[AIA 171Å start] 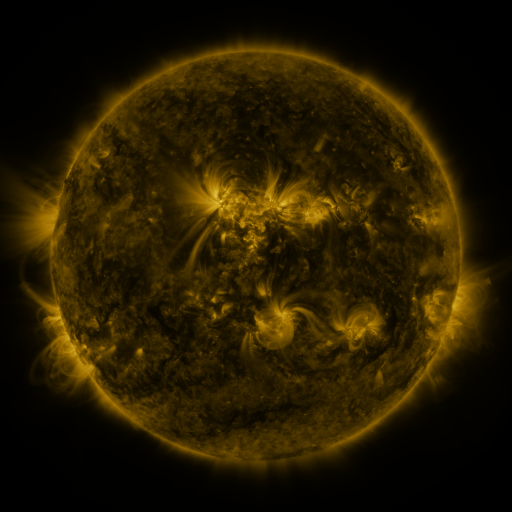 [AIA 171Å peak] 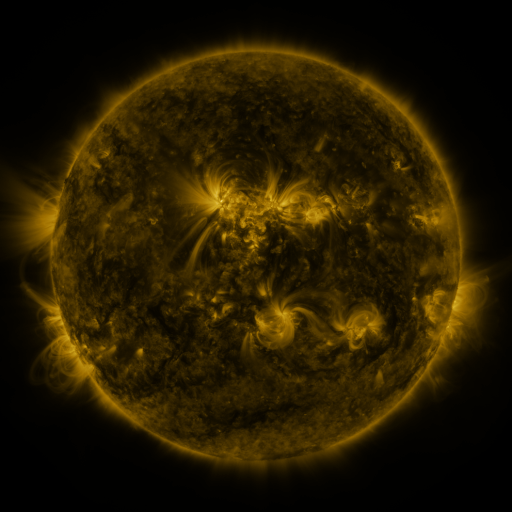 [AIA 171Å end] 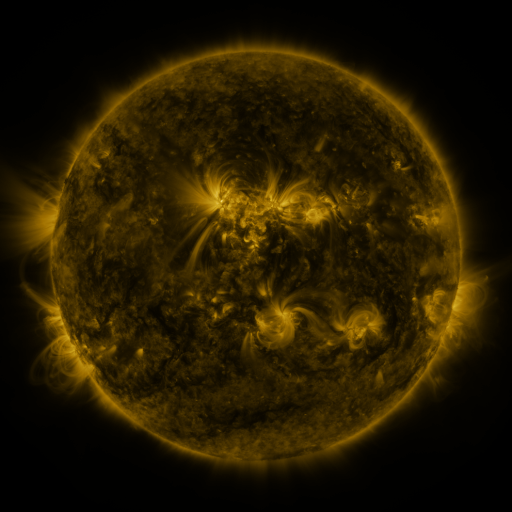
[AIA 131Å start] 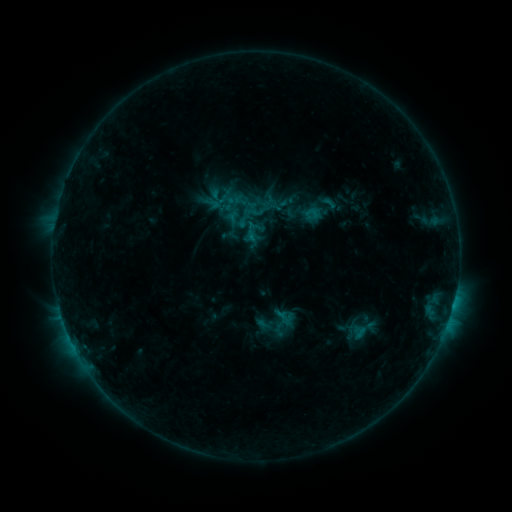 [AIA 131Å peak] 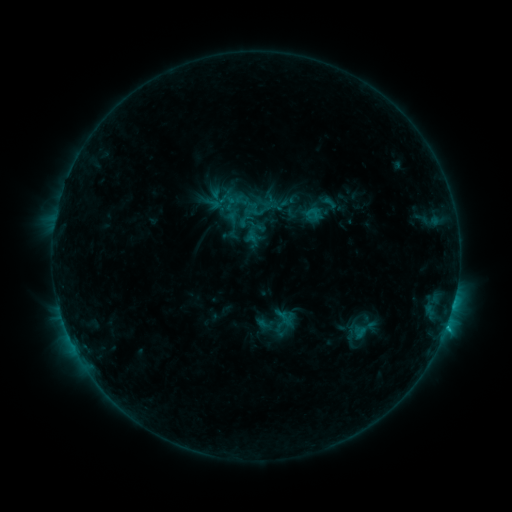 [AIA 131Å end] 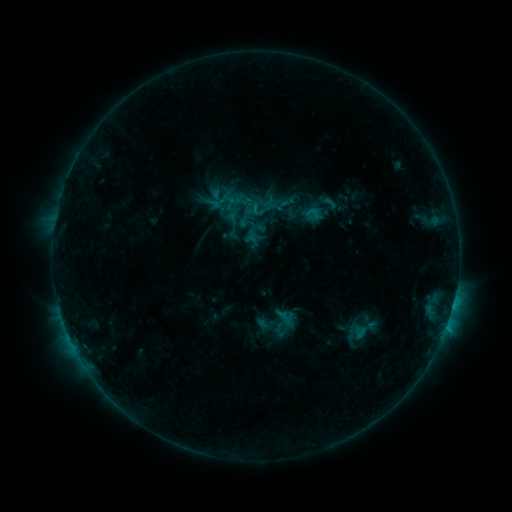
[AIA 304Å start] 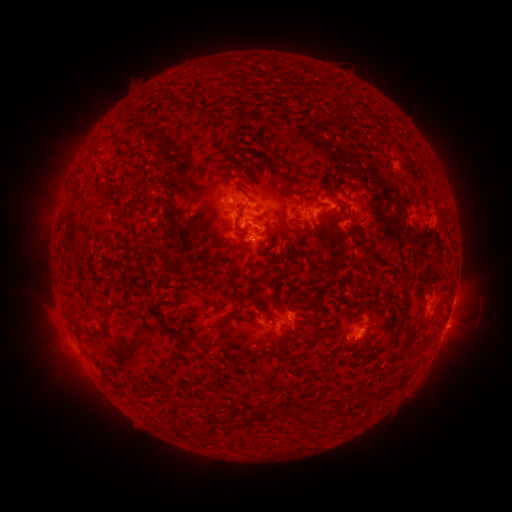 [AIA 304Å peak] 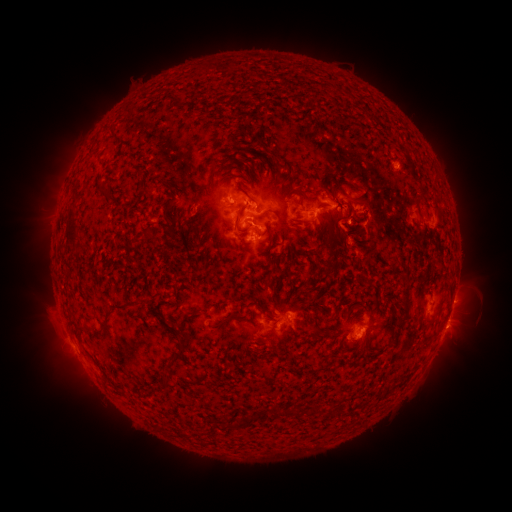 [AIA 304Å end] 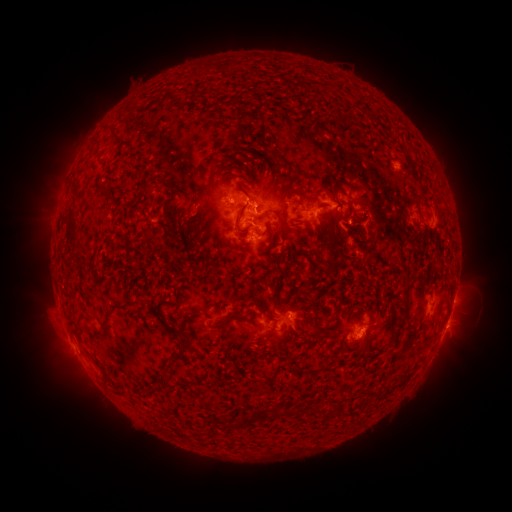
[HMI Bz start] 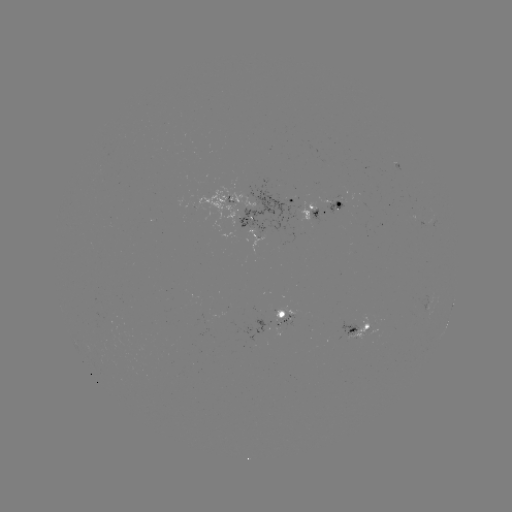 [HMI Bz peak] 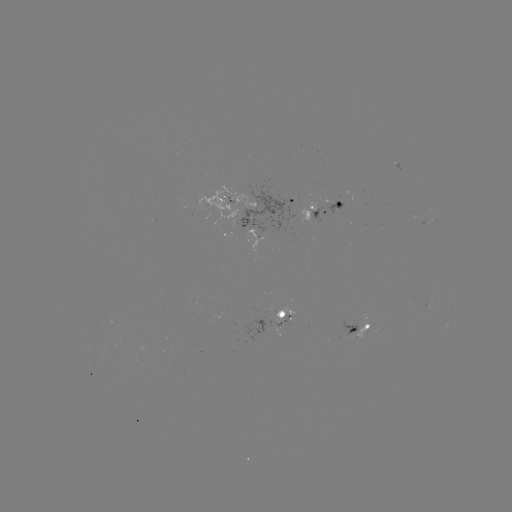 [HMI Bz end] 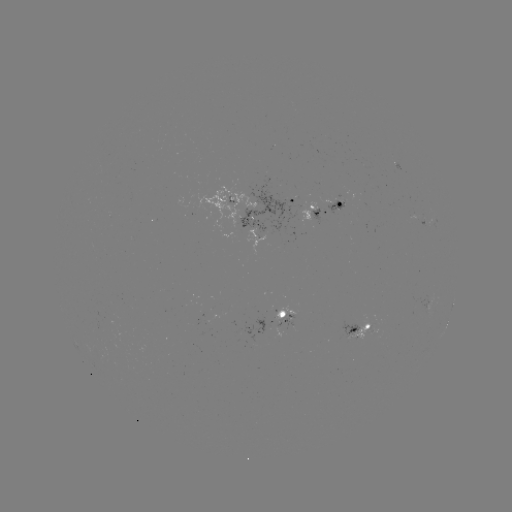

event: flare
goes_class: C1.0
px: (446, 325)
